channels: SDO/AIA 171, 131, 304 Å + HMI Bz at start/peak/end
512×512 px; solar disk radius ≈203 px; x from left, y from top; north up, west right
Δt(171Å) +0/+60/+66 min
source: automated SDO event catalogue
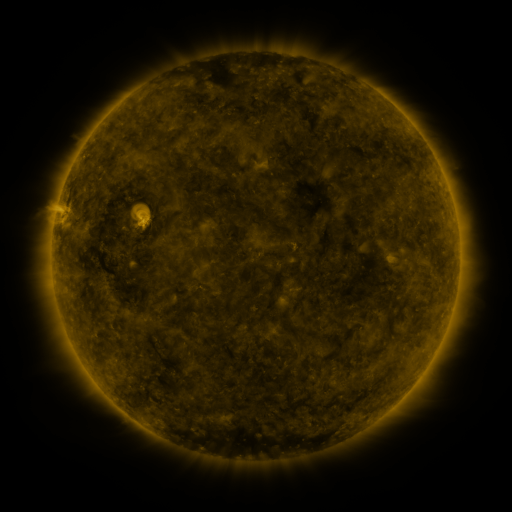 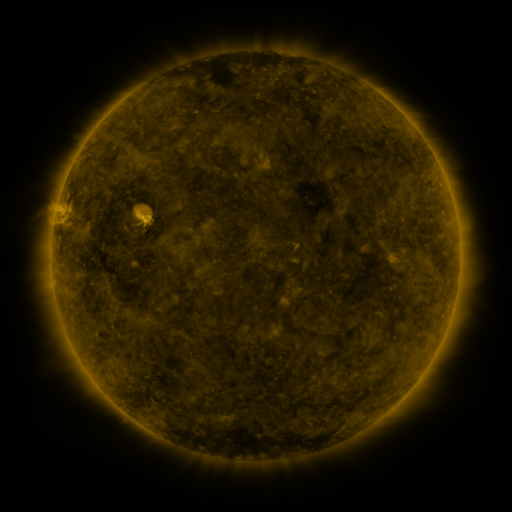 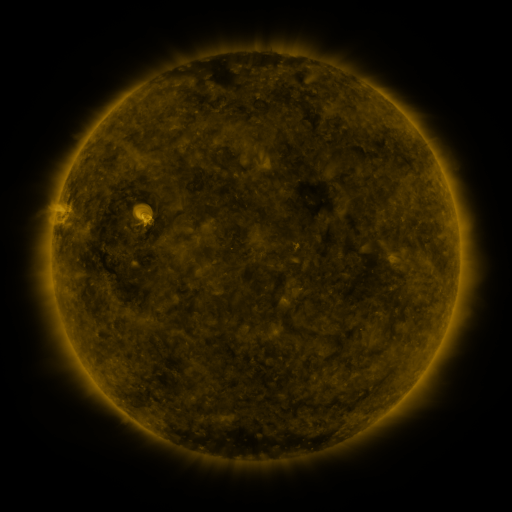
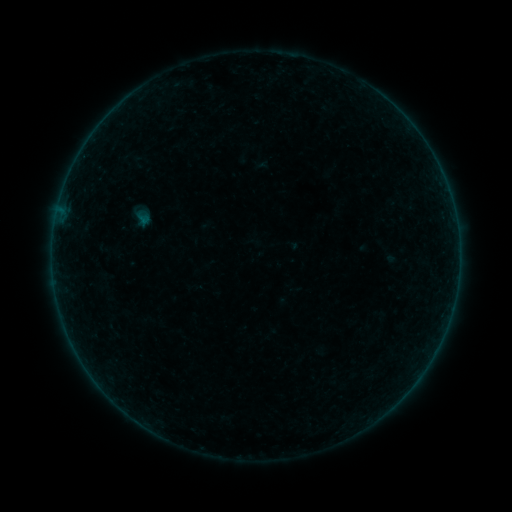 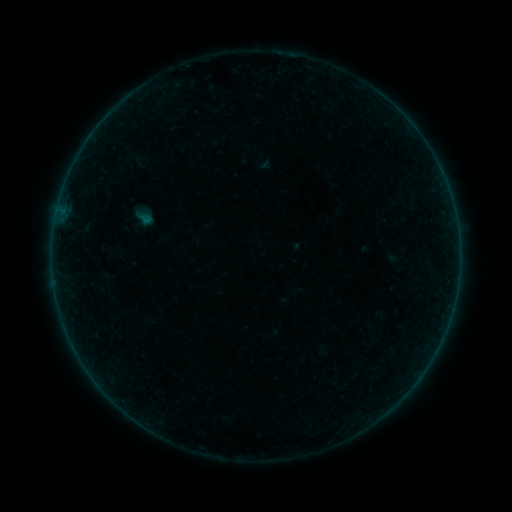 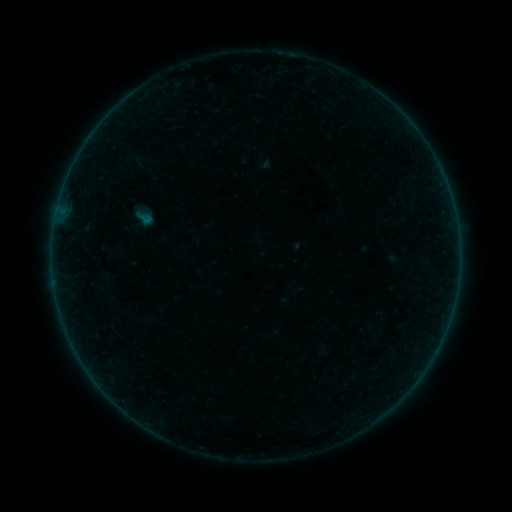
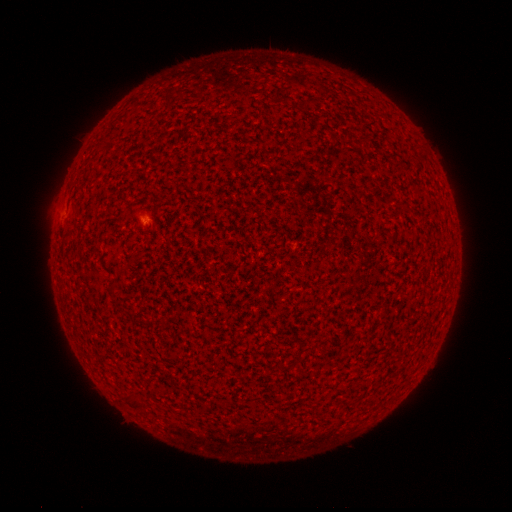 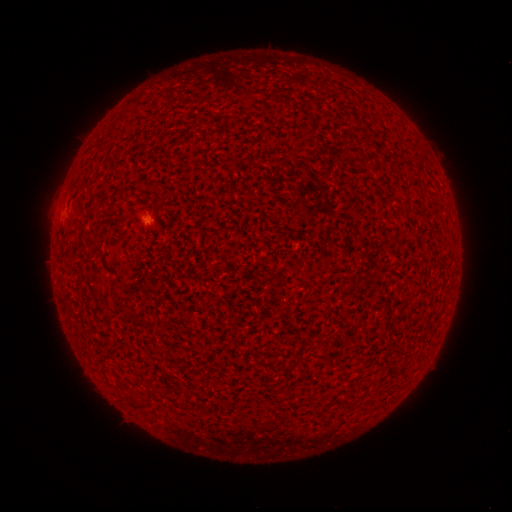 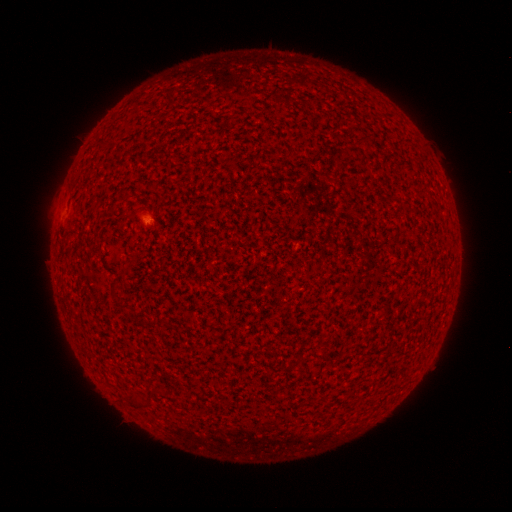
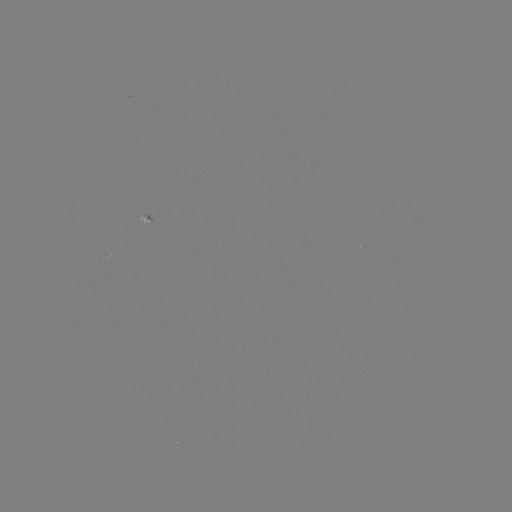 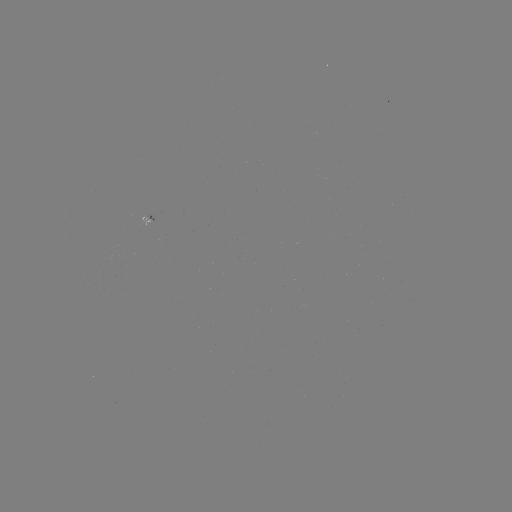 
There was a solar flare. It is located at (148, 222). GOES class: A3.1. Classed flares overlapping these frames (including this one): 1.